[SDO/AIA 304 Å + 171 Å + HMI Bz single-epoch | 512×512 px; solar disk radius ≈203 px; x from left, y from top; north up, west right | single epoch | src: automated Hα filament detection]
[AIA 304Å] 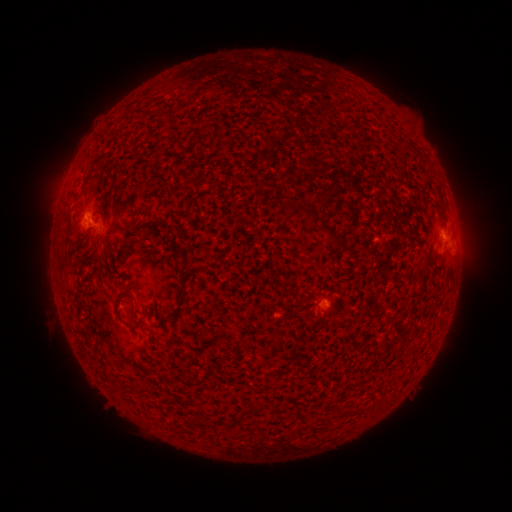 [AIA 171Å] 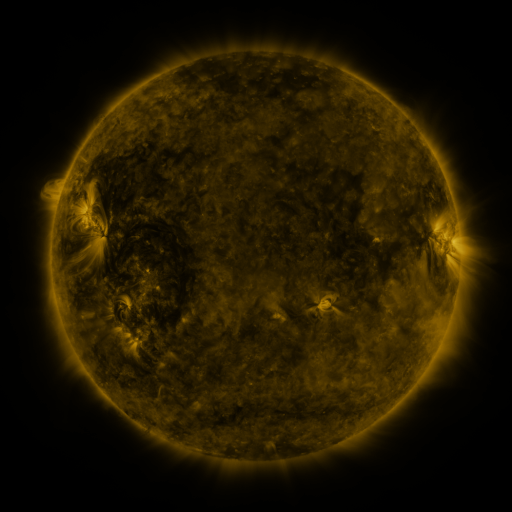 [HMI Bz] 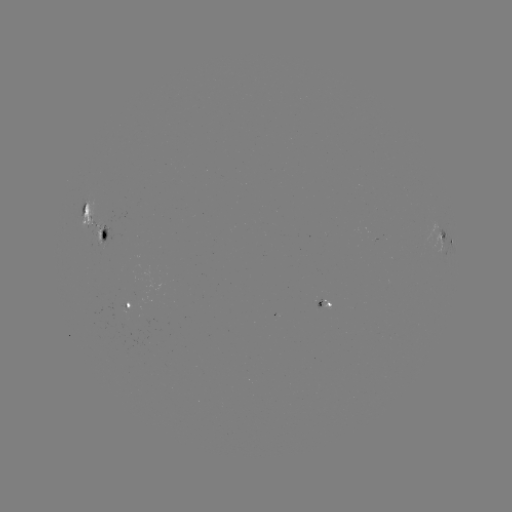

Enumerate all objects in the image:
filament: [80, 203, 88, 217]
filament: [295, 204, 344, 249]
filament: [93, 213, 102, 222]
filament: [145, 220, 161, 227]
filament: [127, 230, 147, 241]
filament: [87, 257, 106, 281]
filament: [120, 284, 133, 294]
filament: [115, 312, 141, 329]
filament: [130, 382, 147, 396]
